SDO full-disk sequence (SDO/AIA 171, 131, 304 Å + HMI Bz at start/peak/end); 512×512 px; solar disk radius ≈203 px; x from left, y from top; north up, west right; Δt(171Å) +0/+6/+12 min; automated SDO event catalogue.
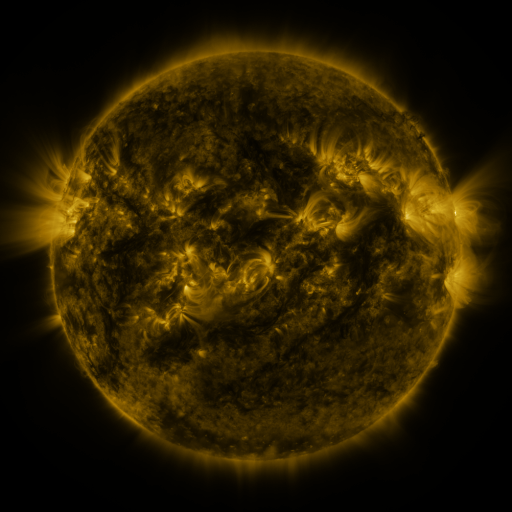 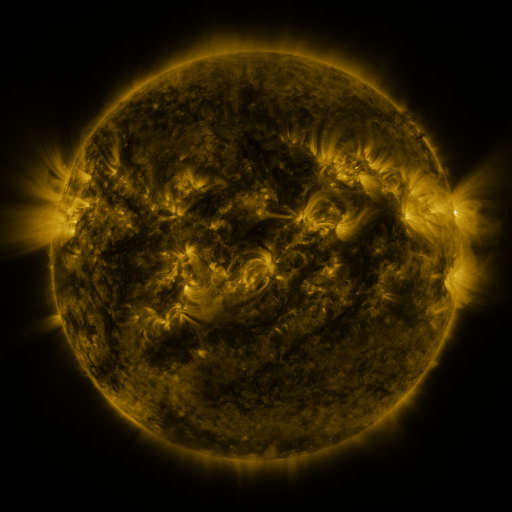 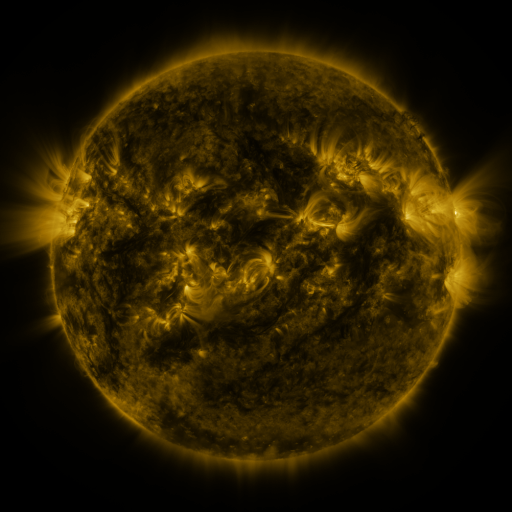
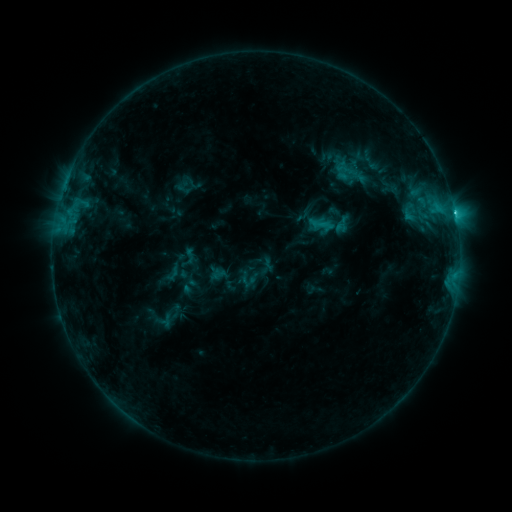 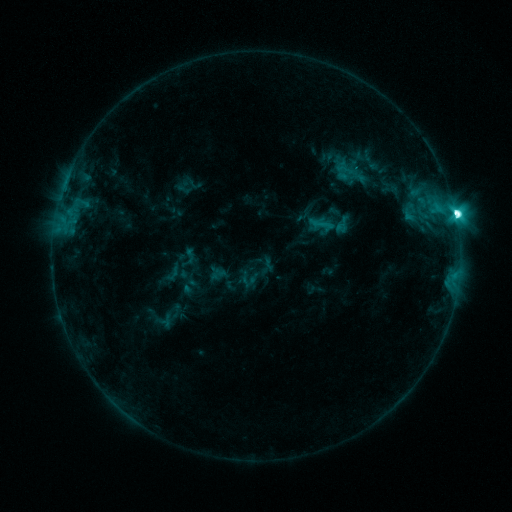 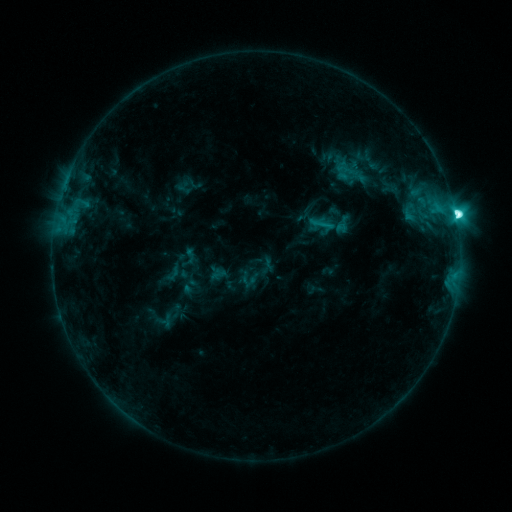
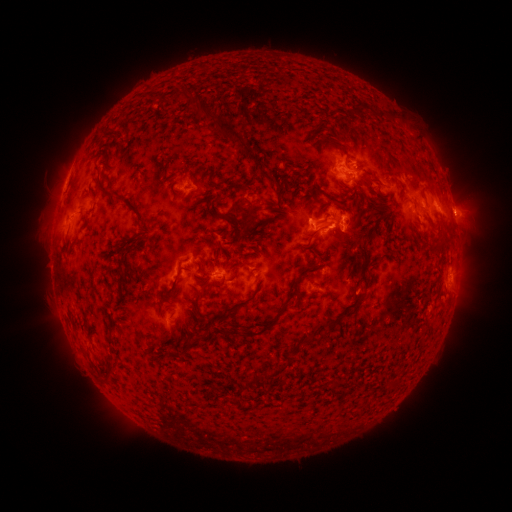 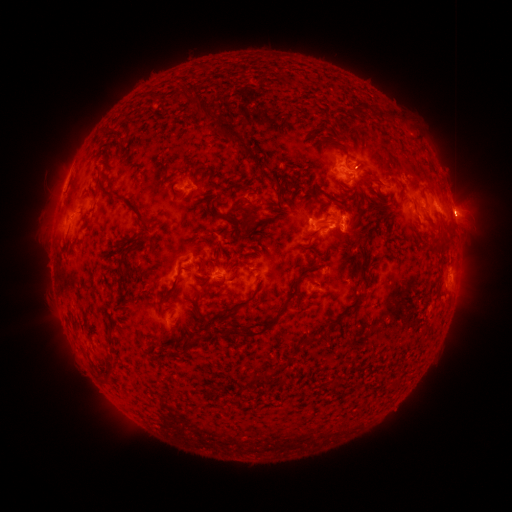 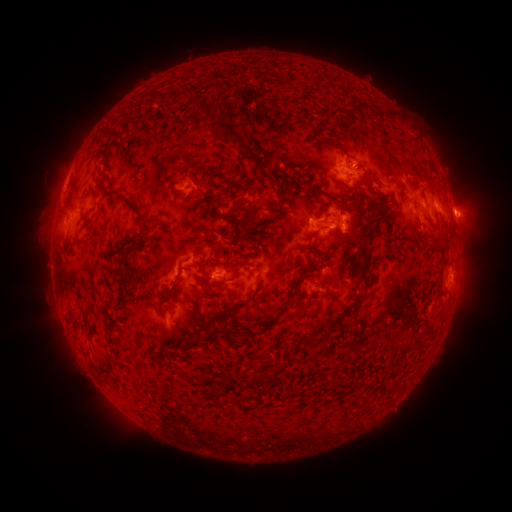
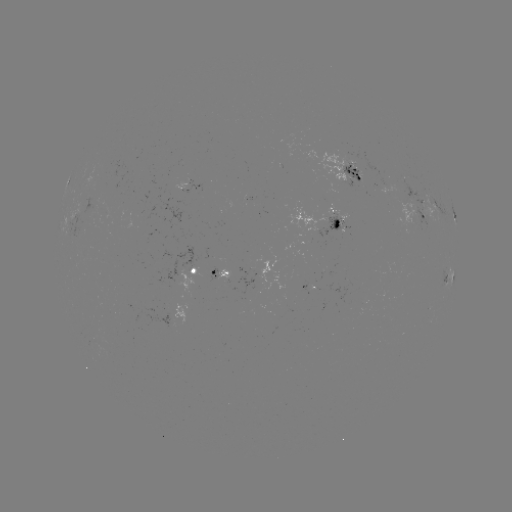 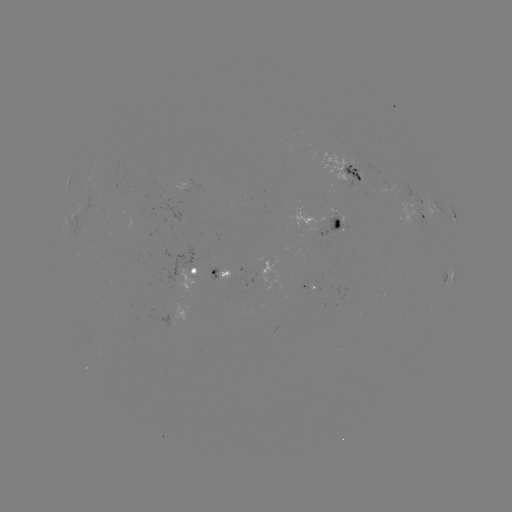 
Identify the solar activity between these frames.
eruption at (462, 219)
